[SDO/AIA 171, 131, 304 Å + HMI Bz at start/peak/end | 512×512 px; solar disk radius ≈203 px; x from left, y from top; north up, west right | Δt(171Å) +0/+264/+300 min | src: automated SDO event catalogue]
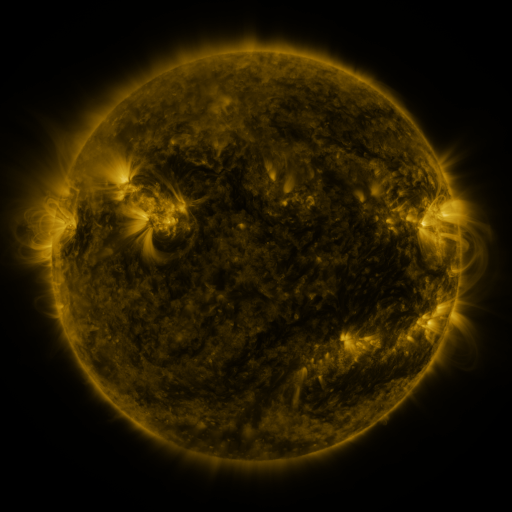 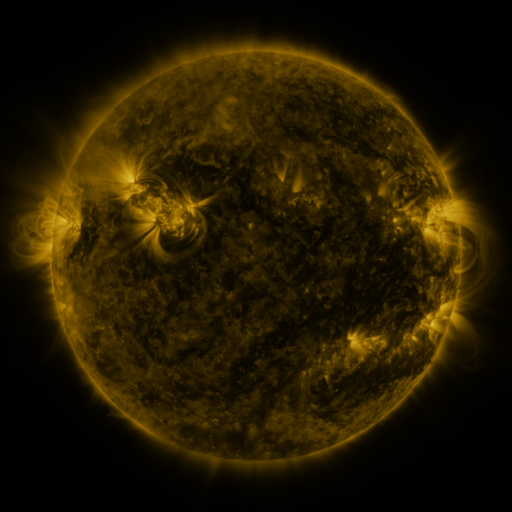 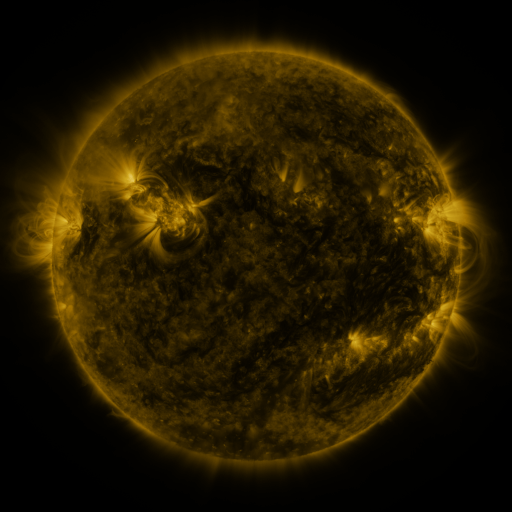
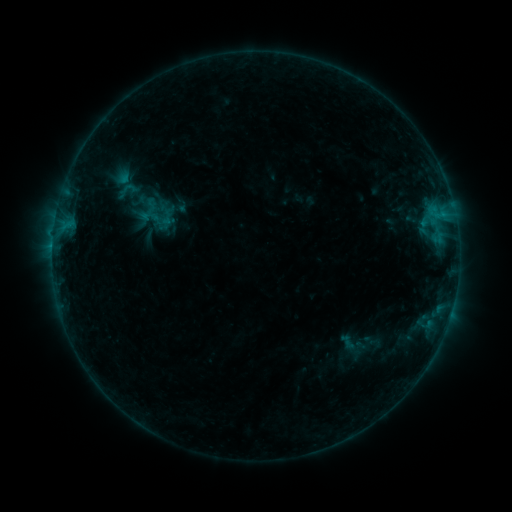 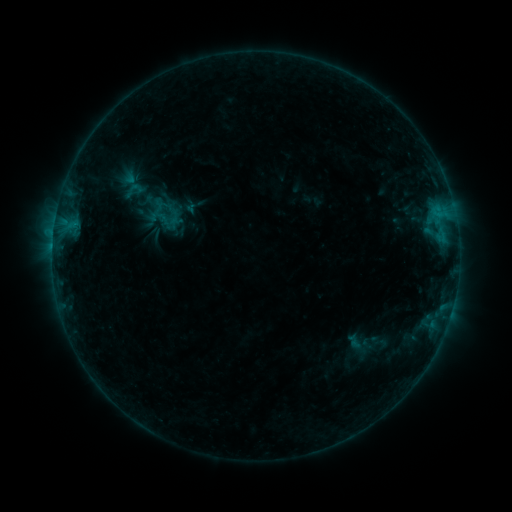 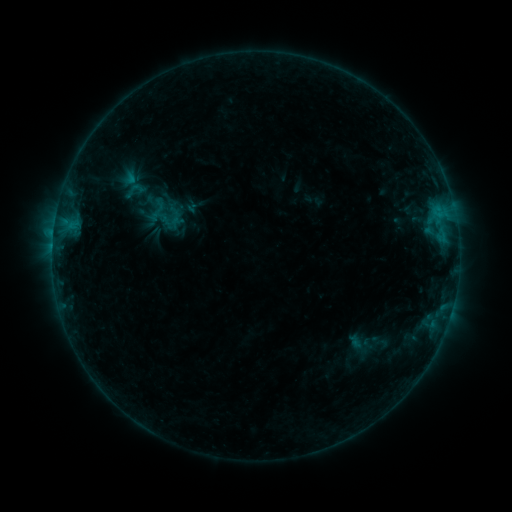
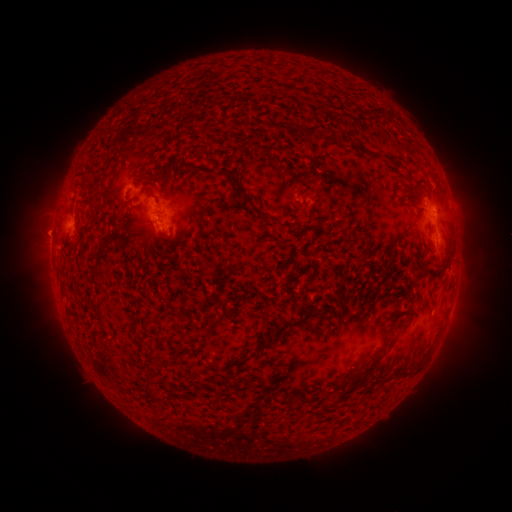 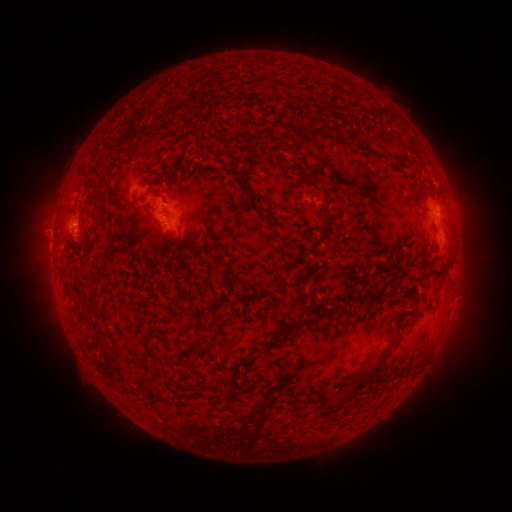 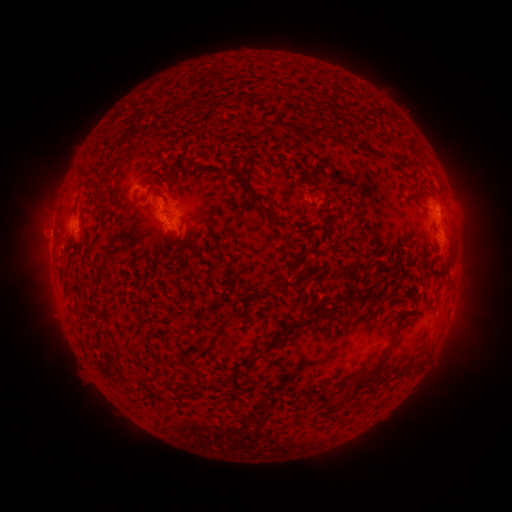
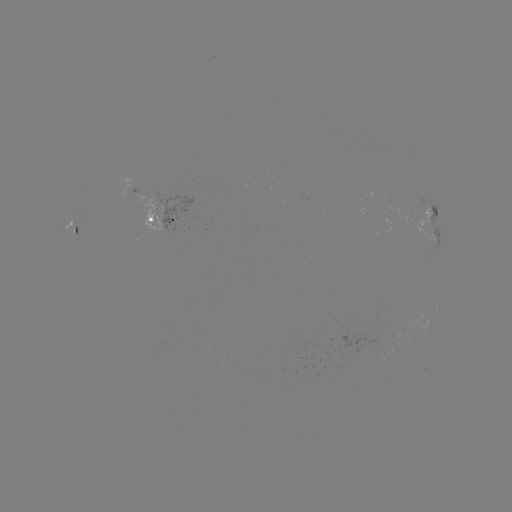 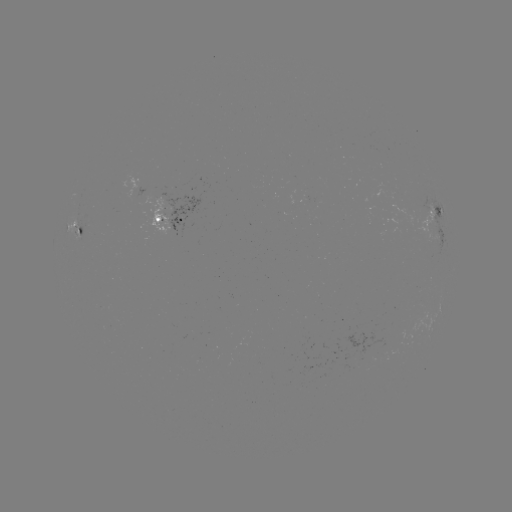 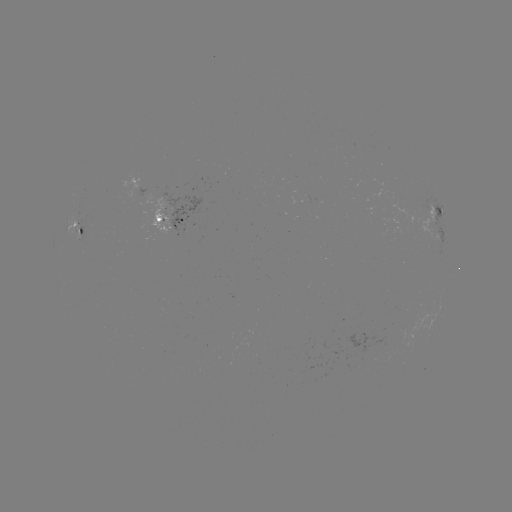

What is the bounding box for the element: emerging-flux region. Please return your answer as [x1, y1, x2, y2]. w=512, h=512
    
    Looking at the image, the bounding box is [275, 213, 286, 216].